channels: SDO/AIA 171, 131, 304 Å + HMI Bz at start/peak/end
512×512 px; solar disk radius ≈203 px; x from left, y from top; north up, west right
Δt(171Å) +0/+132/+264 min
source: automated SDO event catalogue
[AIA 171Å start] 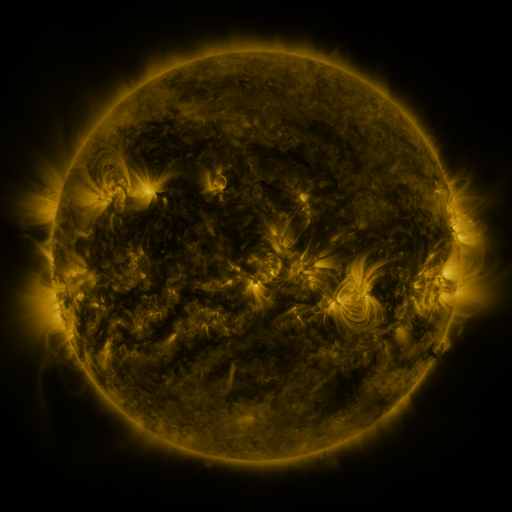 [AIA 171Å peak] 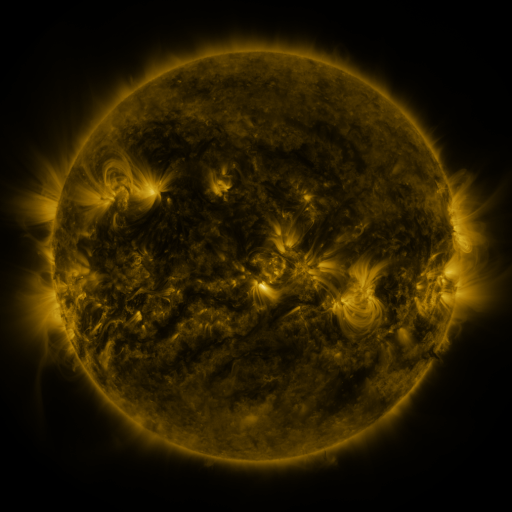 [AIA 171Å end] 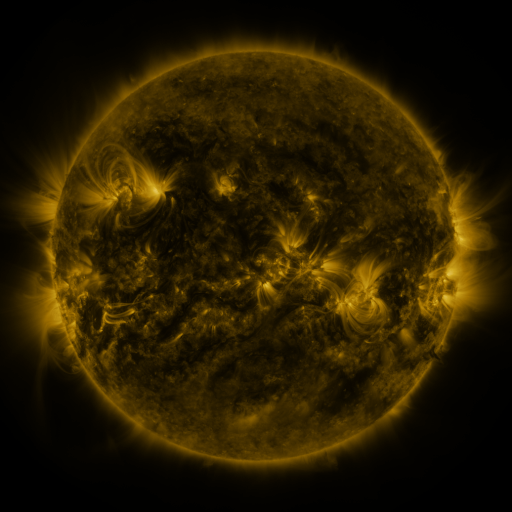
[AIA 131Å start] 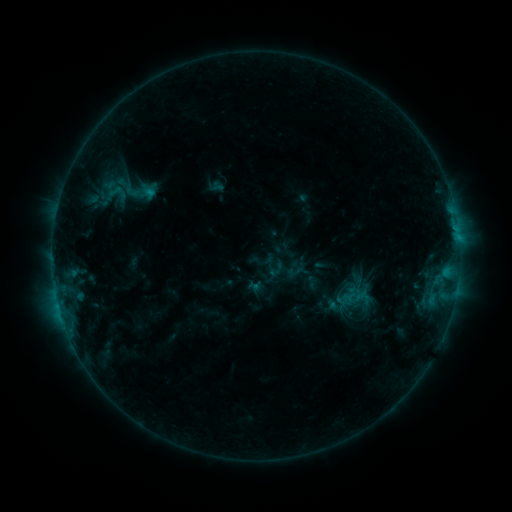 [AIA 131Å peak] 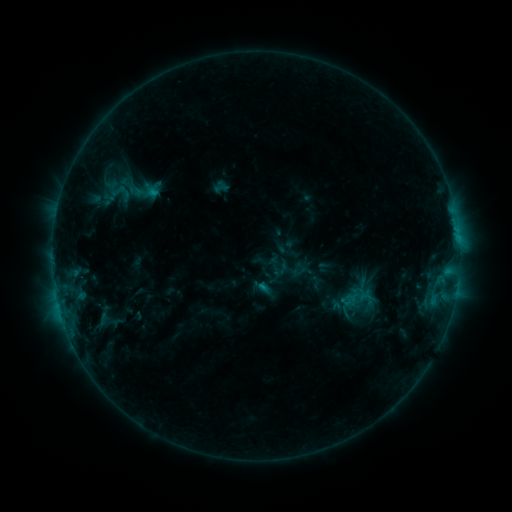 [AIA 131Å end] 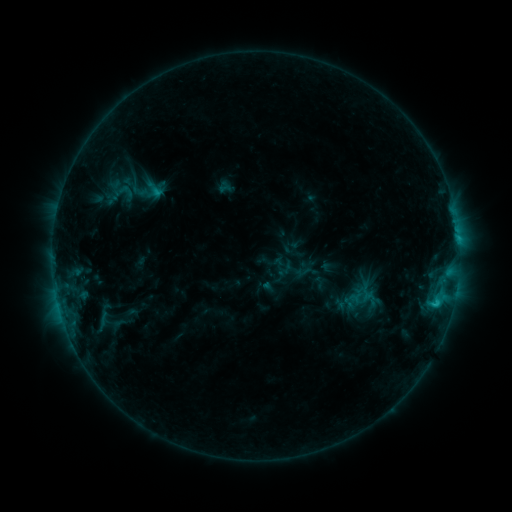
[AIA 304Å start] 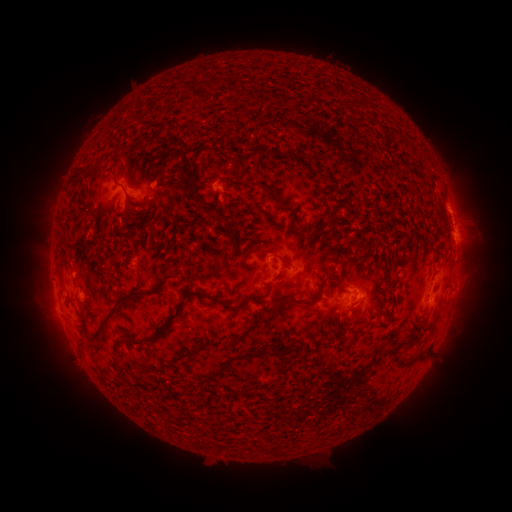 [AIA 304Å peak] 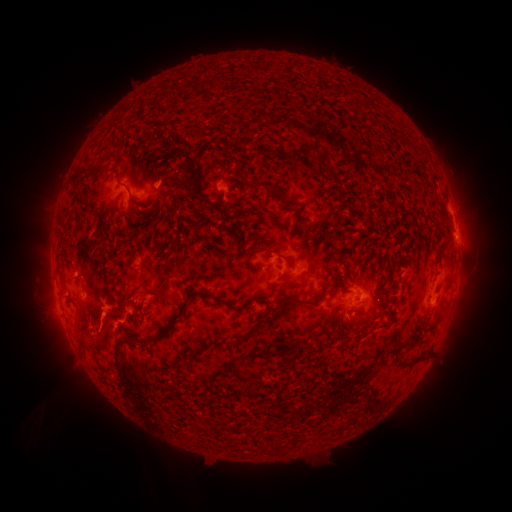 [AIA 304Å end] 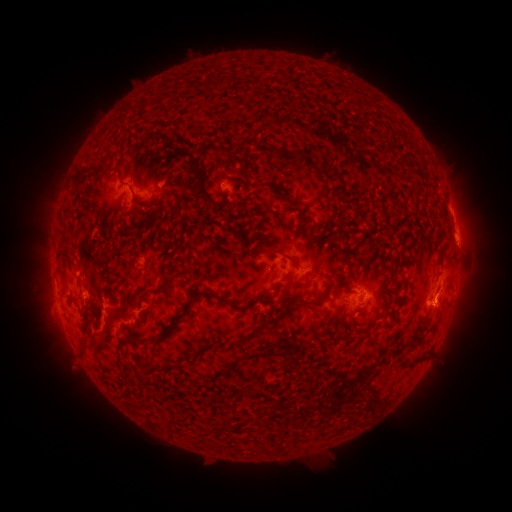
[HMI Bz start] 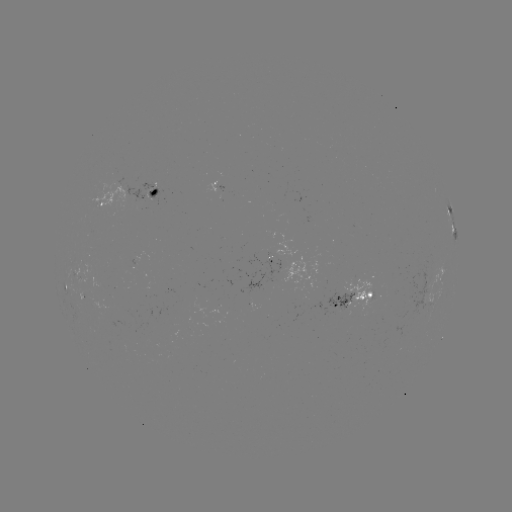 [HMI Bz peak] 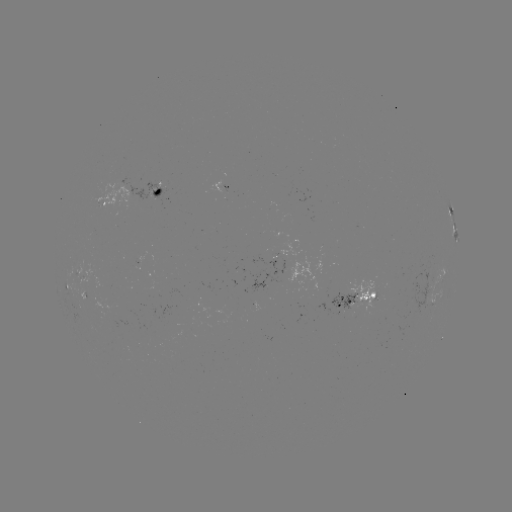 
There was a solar filament eruption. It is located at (126, 384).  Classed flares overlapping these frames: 1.